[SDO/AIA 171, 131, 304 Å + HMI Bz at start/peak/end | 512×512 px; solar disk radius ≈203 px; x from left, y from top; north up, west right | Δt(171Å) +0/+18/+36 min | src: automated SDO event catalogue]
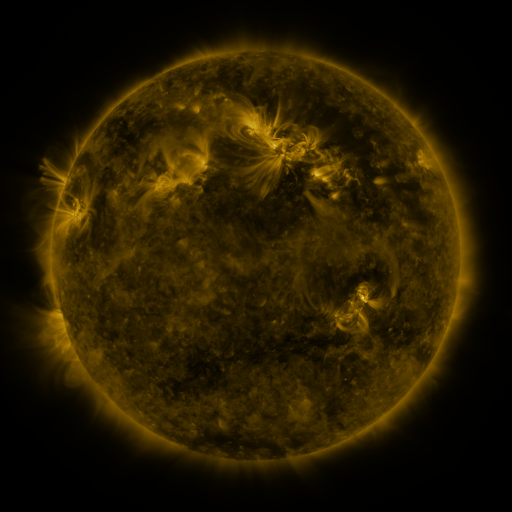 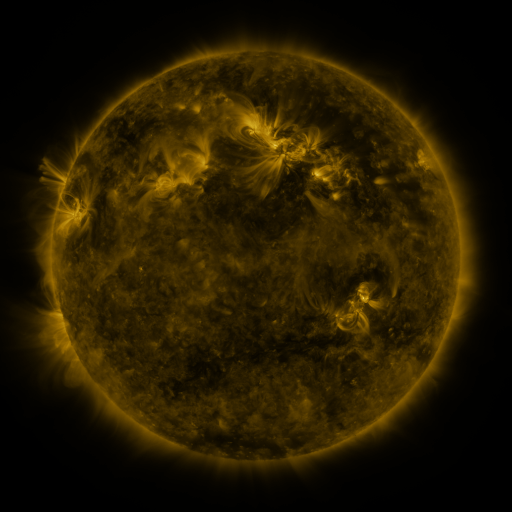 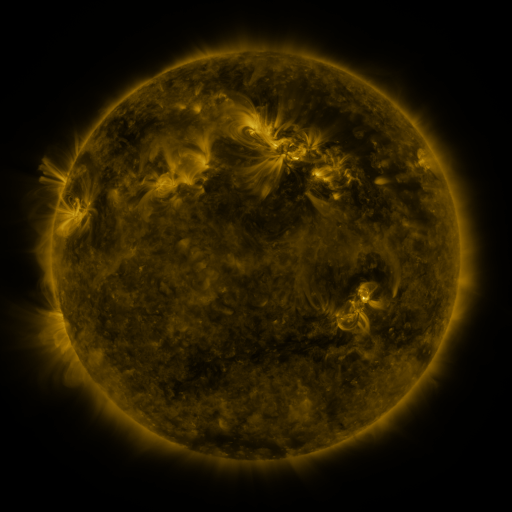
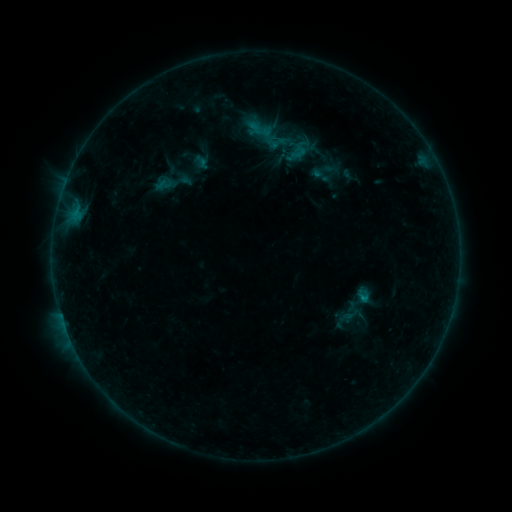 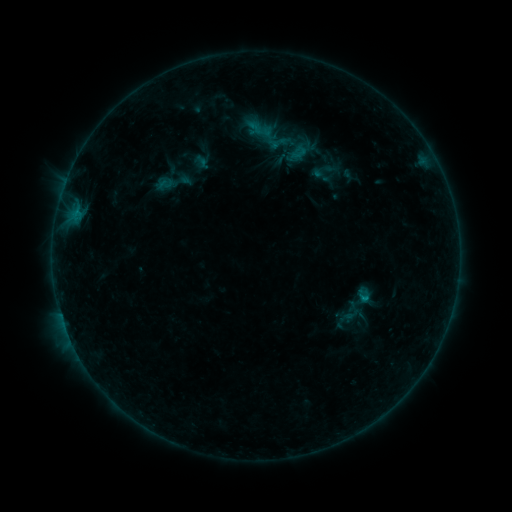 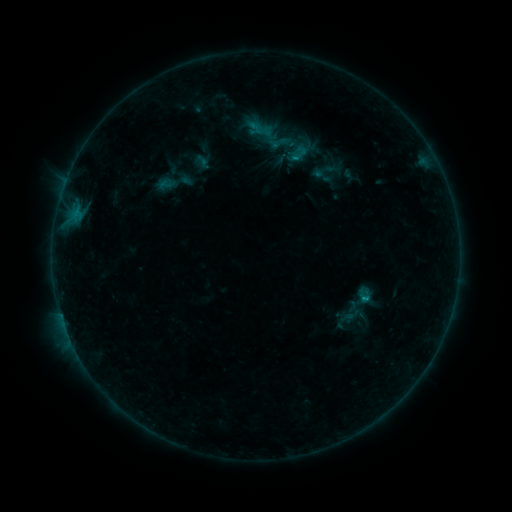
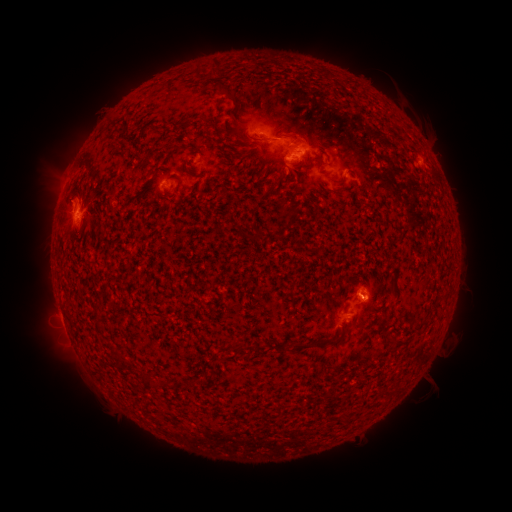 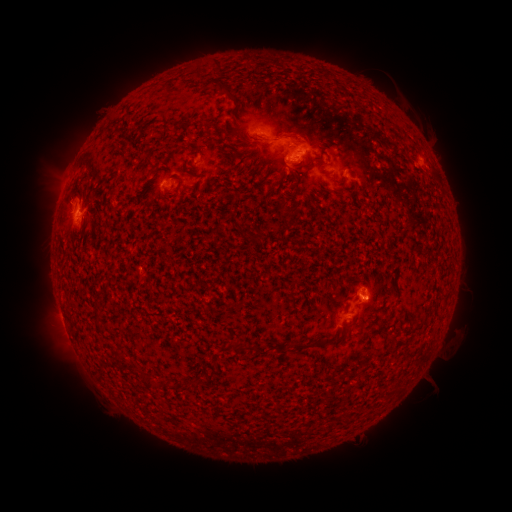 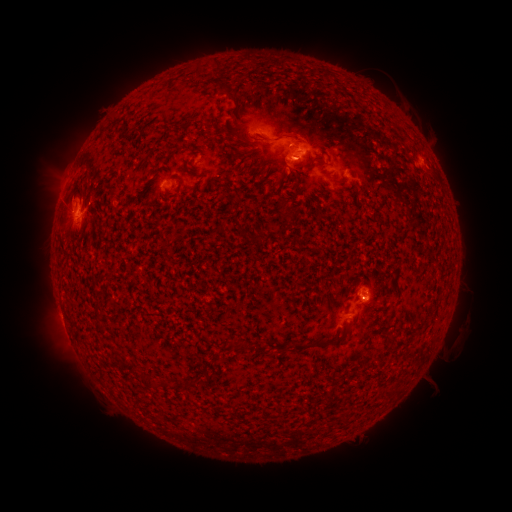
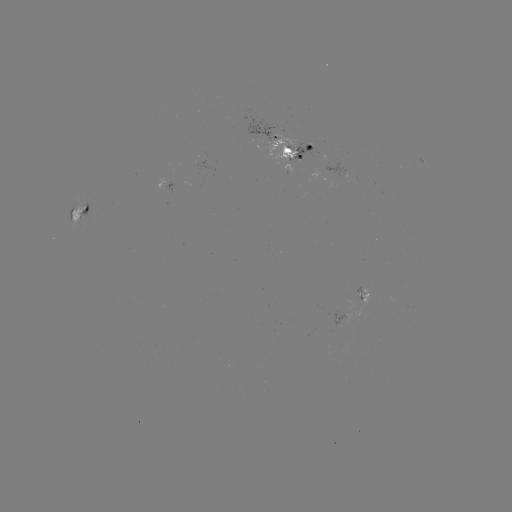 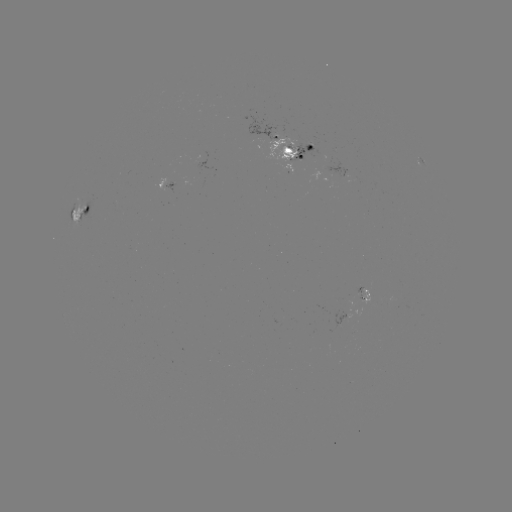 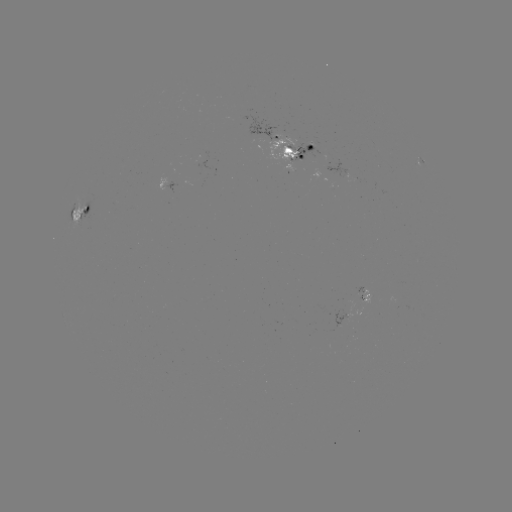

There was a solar emerging-flux region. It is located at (201, 160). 